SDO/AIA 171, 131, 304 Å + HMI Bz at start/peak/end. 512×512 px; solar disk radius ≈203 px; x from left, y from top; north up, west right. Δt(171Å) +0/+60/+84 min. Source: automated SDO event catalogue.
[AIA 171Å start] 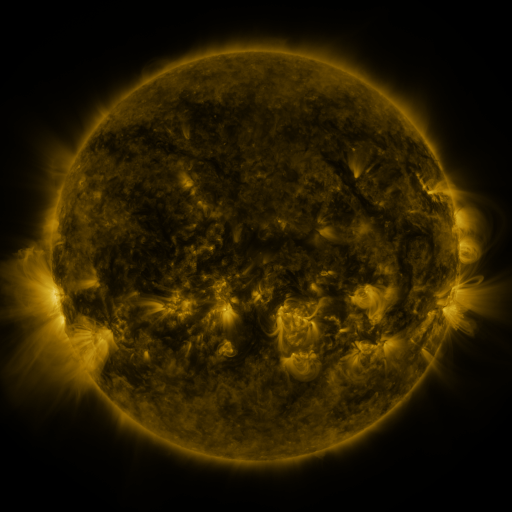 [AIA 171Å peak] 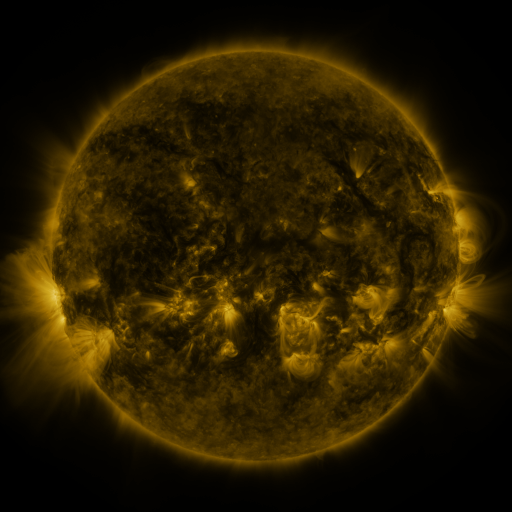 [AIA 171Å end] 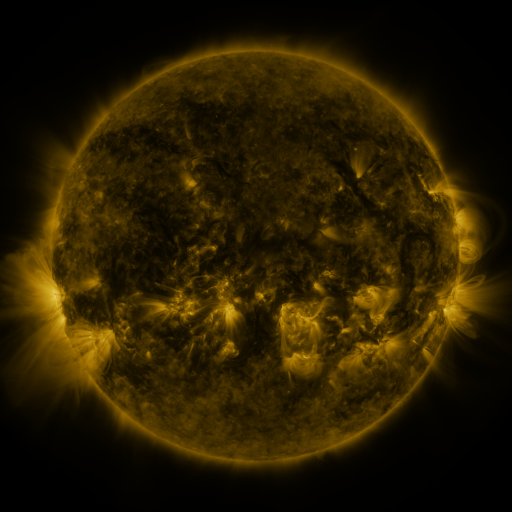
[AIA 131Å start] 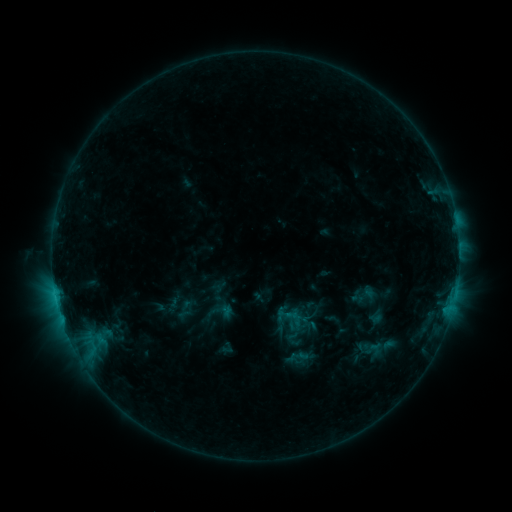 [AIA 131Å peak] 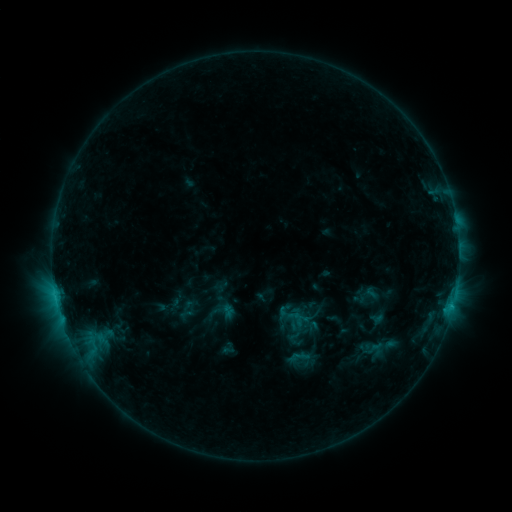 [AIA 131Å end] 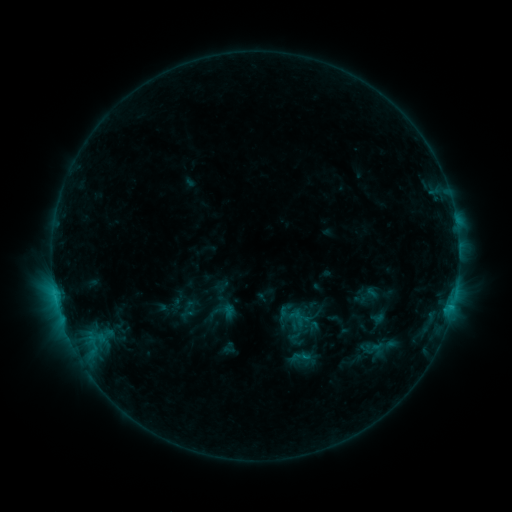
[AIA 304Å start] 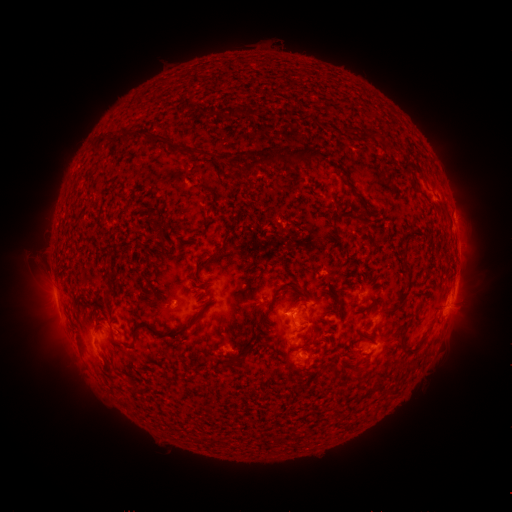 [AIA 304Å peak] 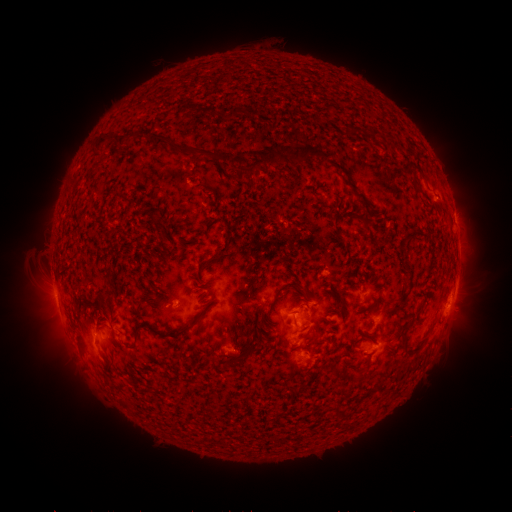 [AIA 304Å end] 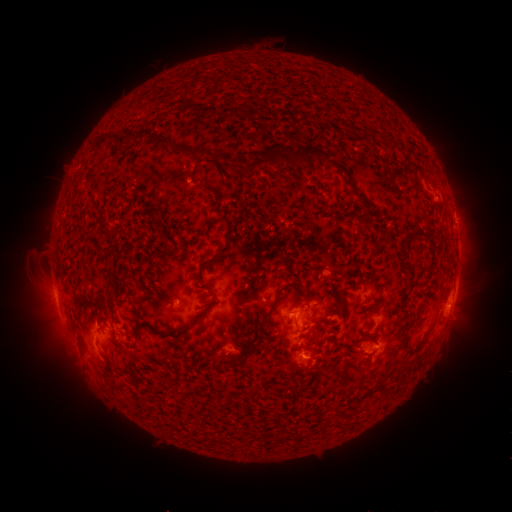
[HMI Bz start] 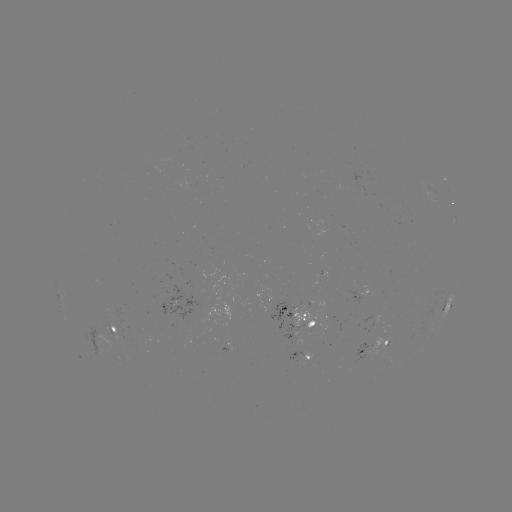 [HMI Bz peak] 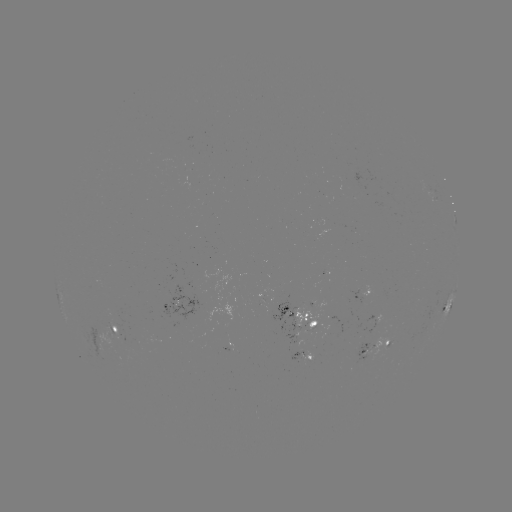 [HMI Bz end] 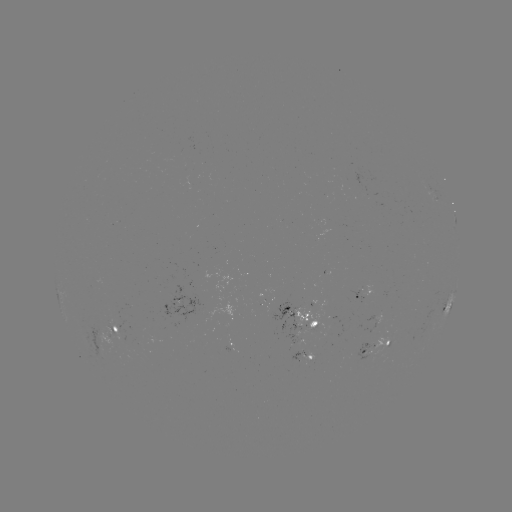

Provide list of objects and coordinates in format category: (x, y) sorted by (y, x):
emerging-flux region: (285, 312)
